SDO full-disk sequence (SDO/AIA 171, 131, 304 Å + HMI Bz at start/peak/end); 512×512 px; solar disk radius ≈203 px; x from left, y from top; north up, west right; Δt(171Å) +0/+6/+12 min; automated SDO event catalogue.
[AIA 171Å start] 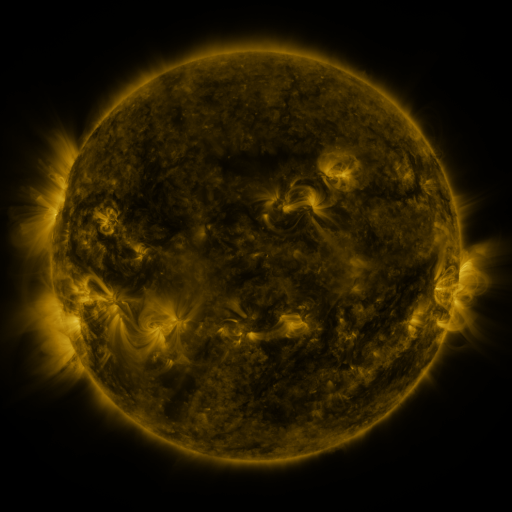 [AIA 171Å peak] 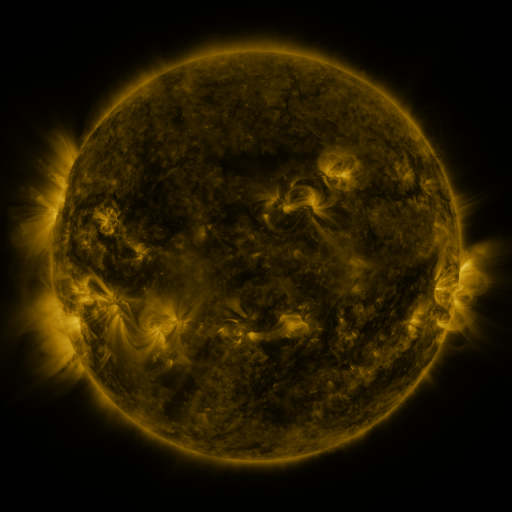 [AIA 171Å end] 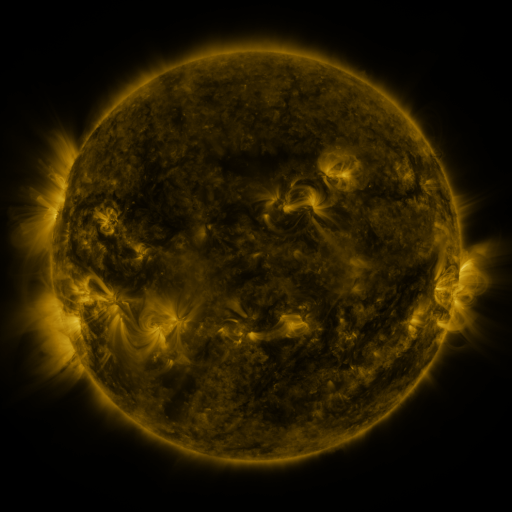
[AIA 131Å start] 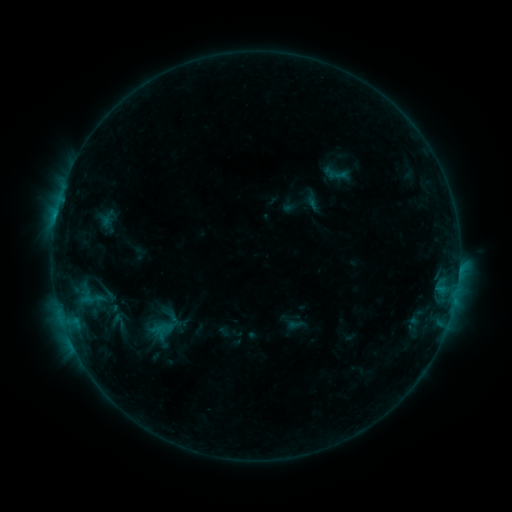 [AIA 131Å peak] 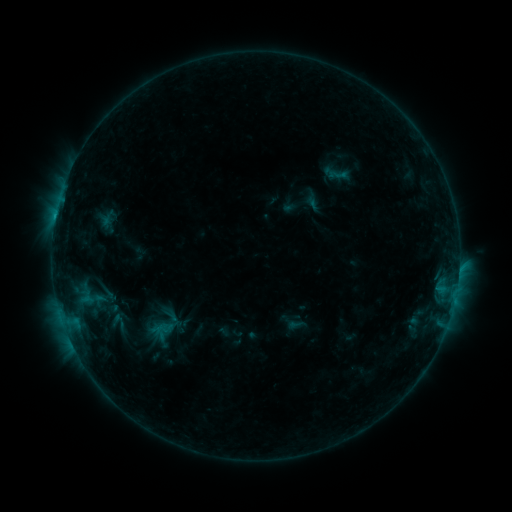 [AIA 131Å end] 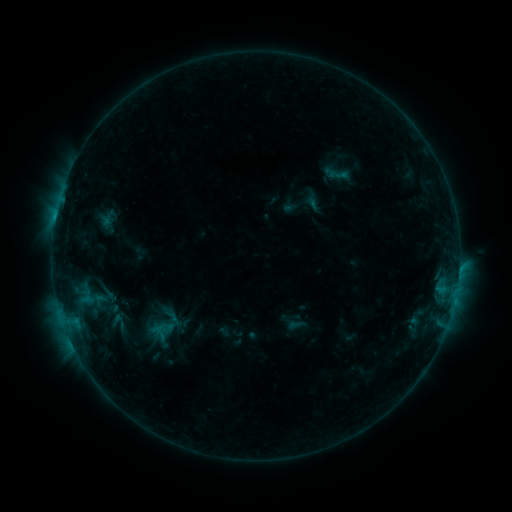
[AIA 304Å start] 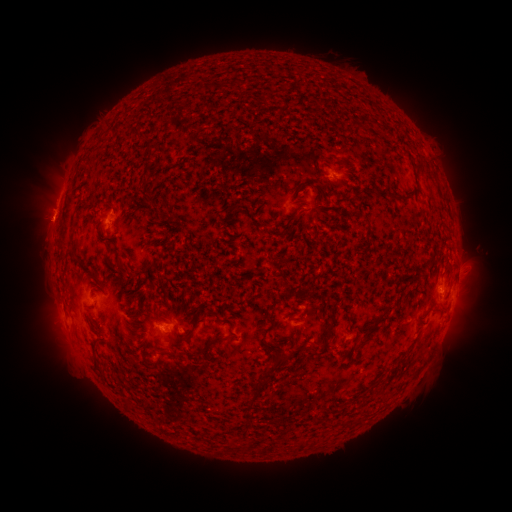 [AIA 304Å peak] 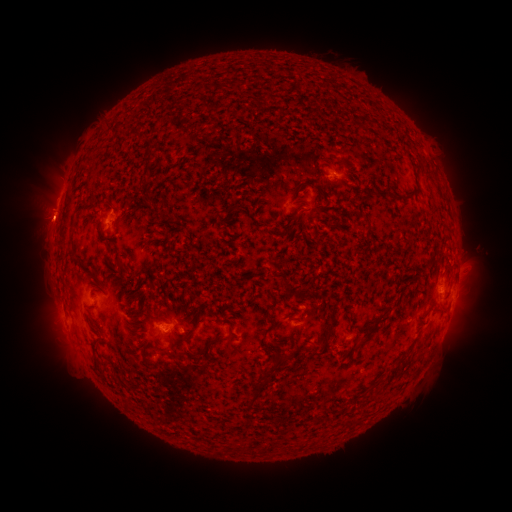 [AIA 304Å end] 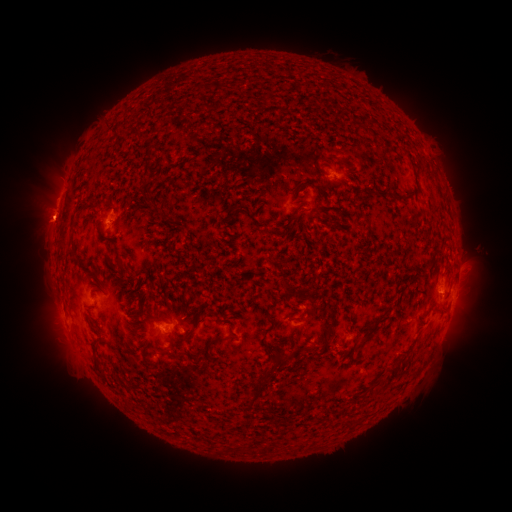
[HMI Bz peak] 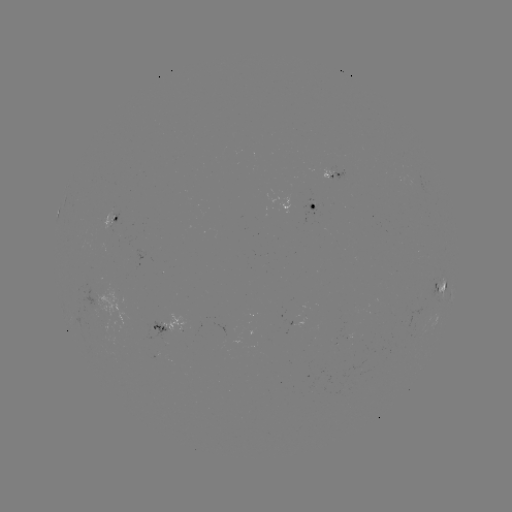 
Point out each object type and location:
B7.8 flare: (55, 221)
